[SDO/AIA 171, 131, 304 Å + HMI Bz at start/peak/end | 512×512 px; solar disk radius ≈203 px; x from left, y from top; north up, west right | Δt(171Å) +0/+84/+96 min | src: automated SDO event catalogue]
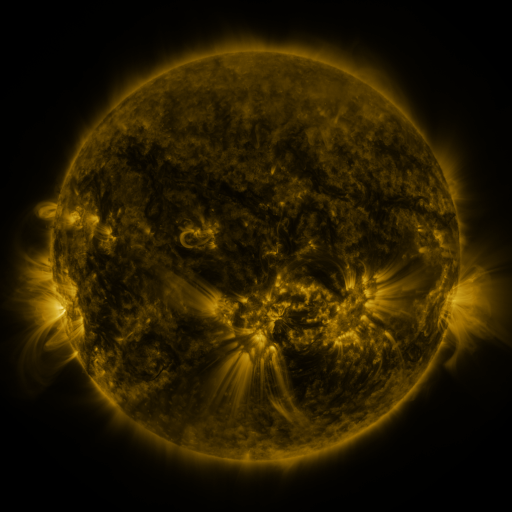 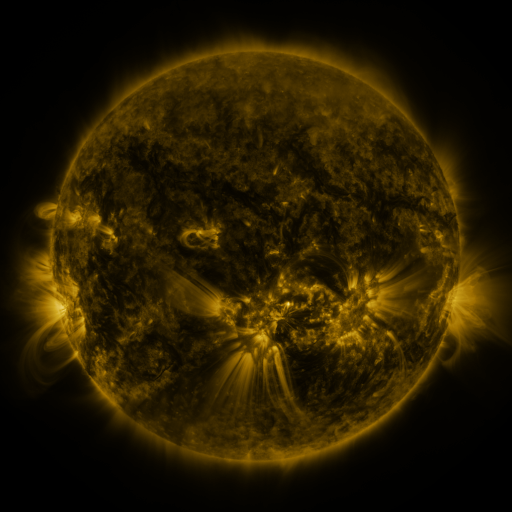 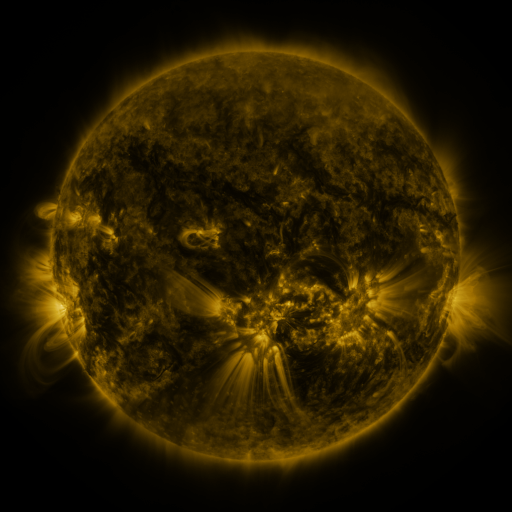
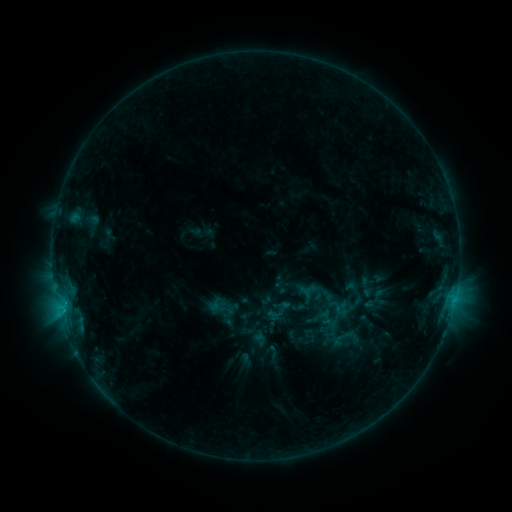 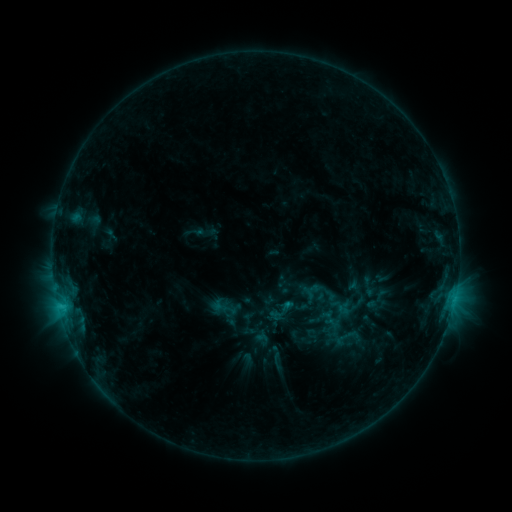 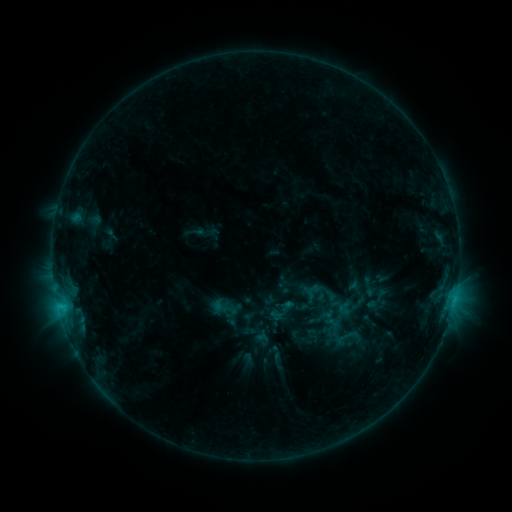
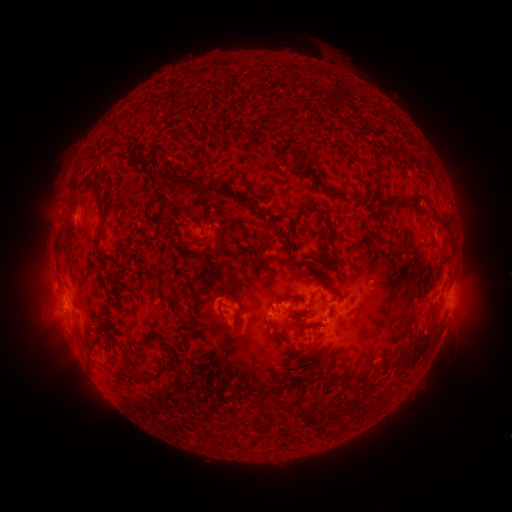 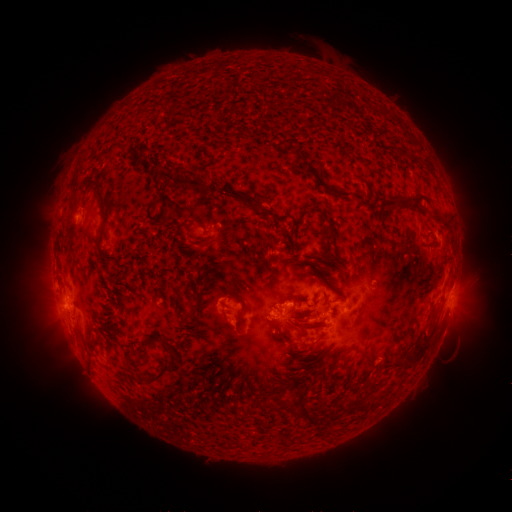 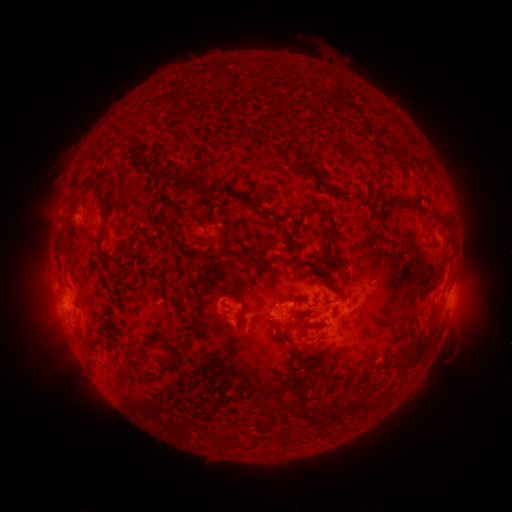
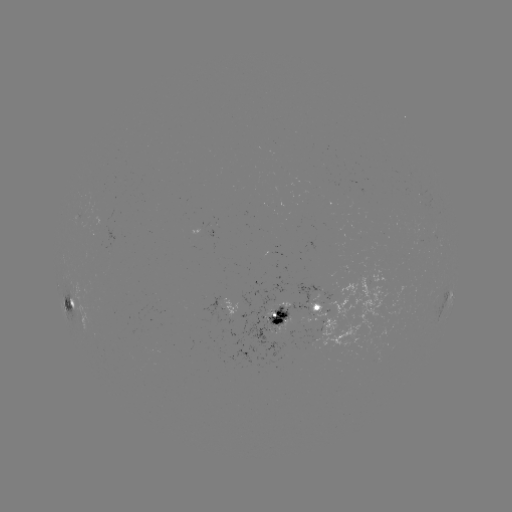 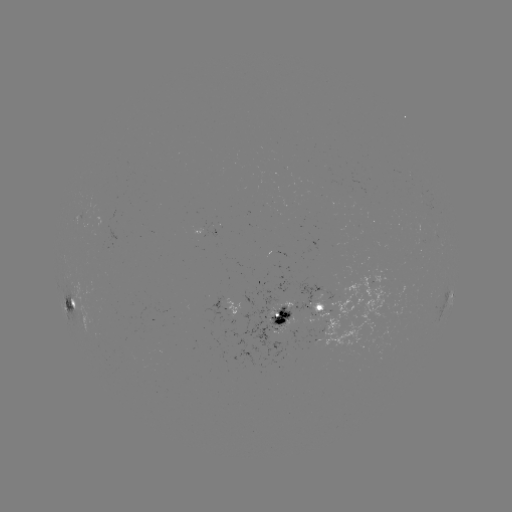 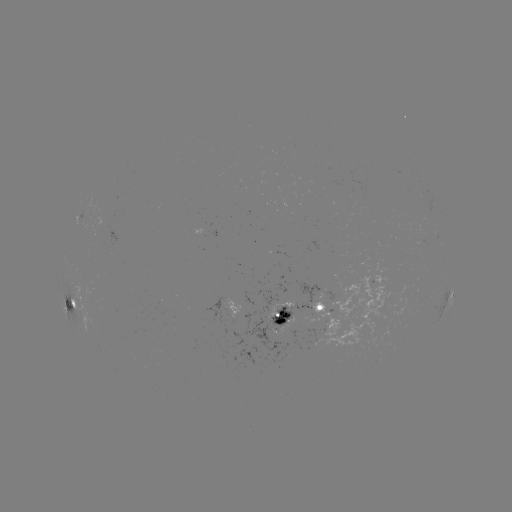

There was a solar emerging-flux region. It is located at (422, 233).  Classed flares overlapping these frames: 2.